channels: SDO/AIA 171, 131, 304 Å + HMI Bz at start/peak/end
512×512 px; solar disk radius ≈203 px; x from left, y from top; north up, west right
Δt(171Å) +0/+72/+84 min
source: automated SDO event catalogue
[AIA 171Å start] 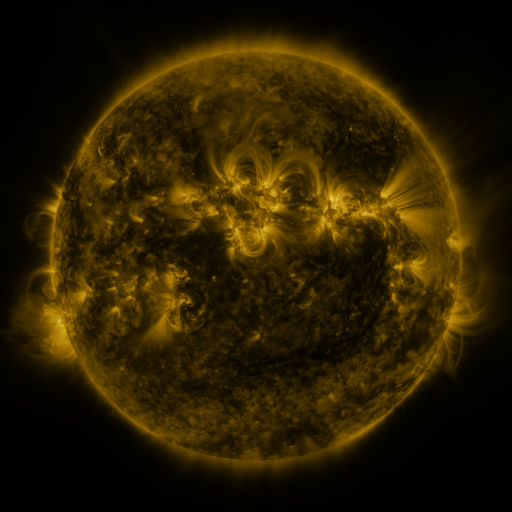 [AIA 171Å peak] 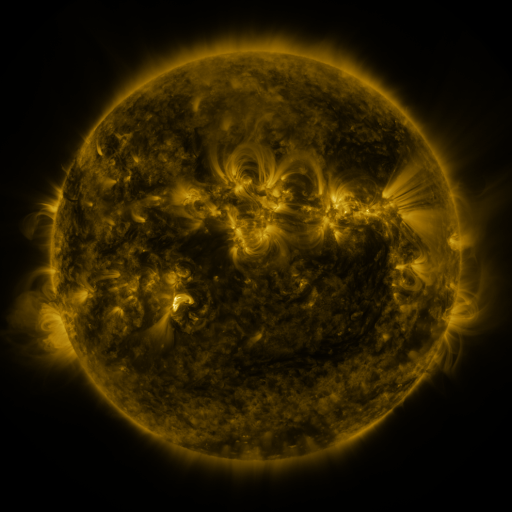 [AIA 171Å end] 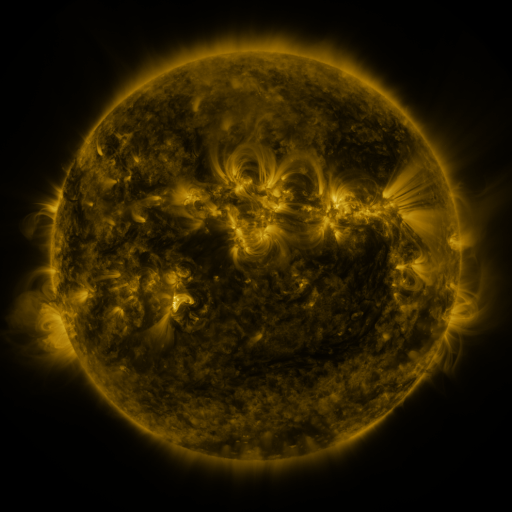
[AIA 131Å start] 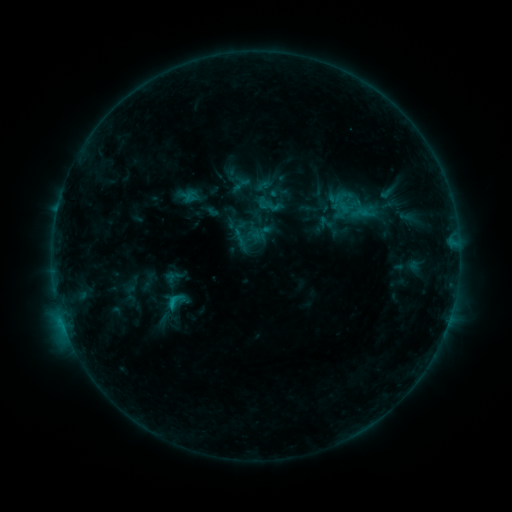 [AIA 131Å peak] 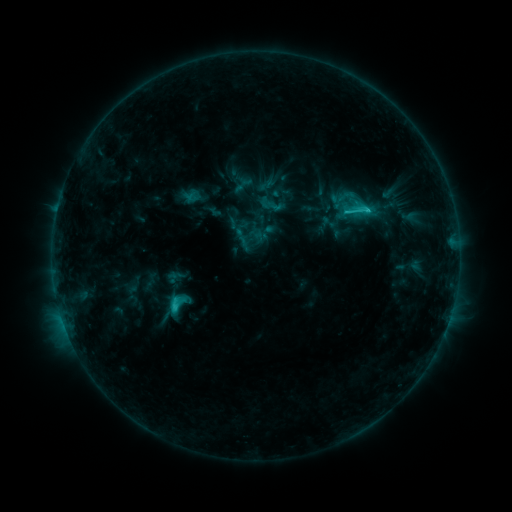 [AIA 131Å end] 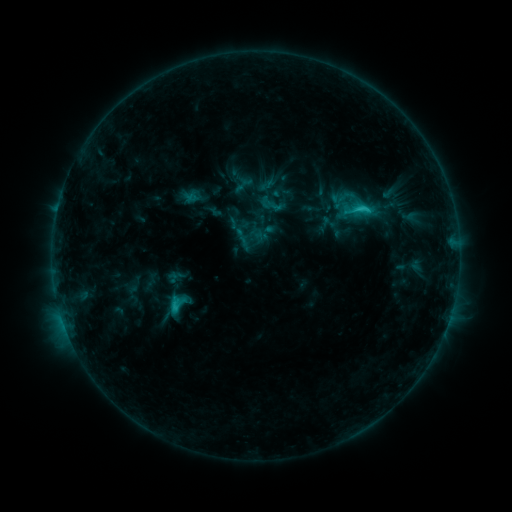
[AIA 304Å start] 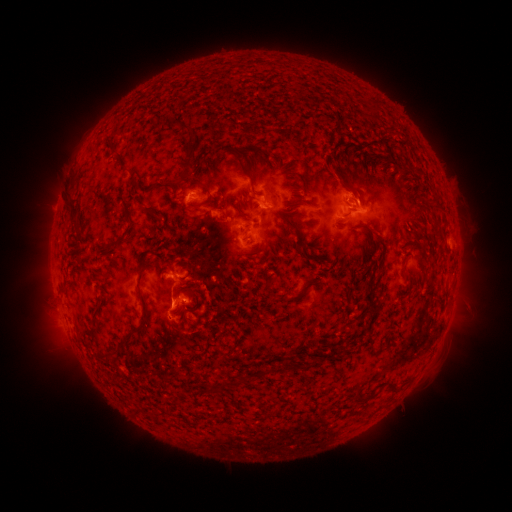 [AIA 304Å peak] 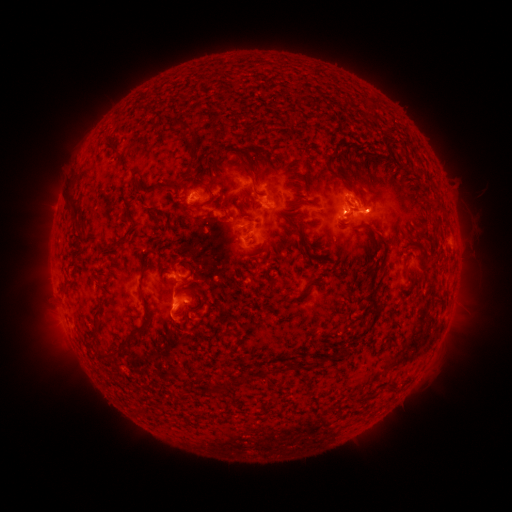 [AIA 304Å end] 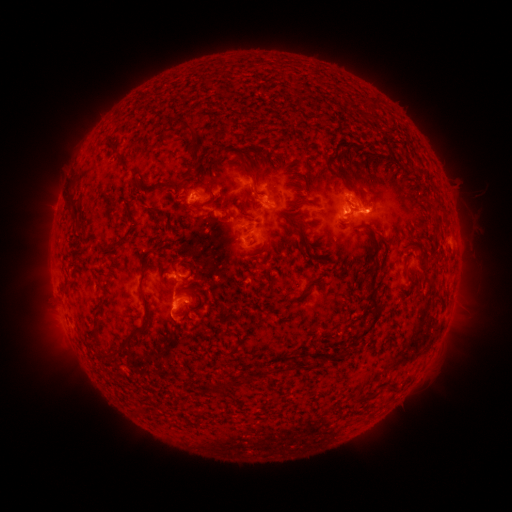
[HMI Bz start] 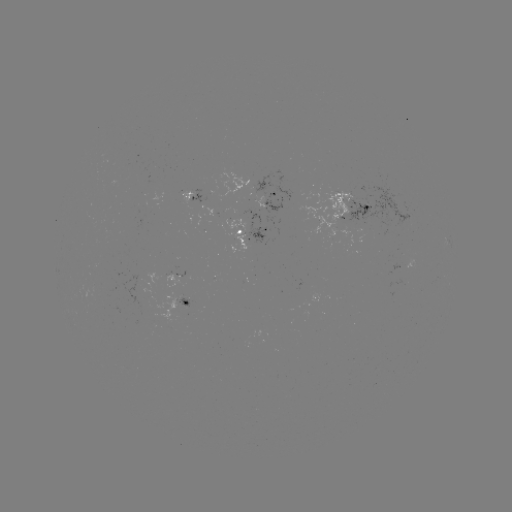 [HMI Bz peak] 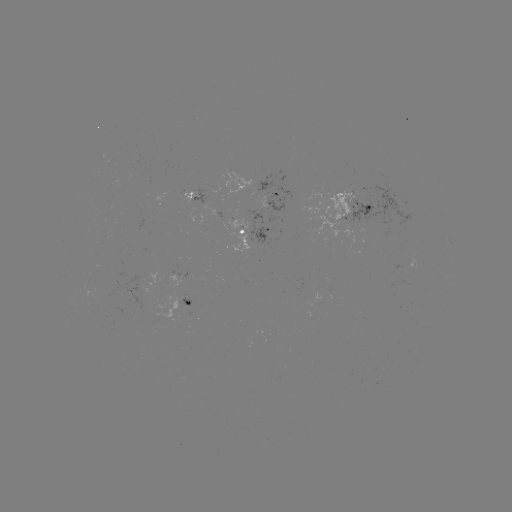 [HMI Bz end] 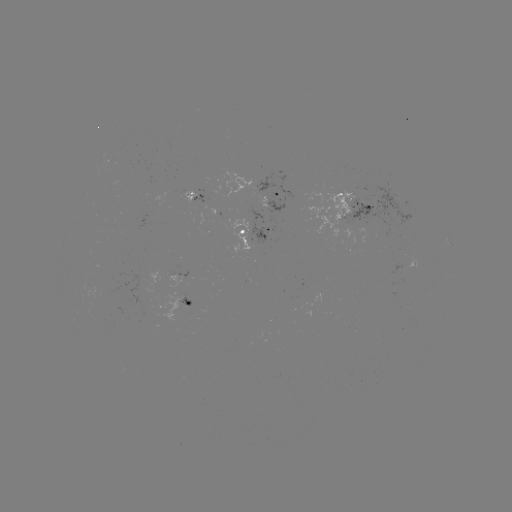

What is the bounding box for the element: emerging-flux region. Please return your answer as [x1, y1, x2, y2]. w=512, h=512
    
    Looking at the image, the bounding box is [337, 184, 420, 226].